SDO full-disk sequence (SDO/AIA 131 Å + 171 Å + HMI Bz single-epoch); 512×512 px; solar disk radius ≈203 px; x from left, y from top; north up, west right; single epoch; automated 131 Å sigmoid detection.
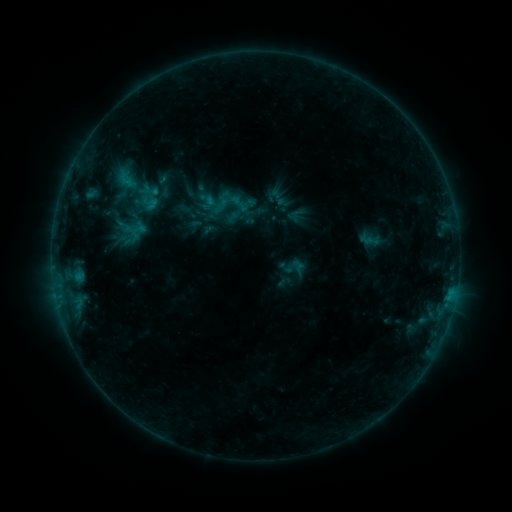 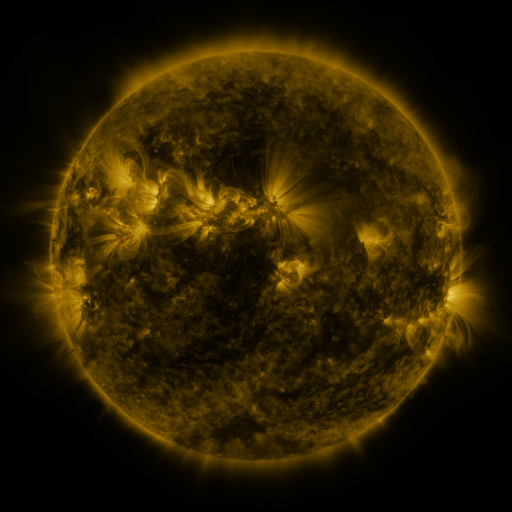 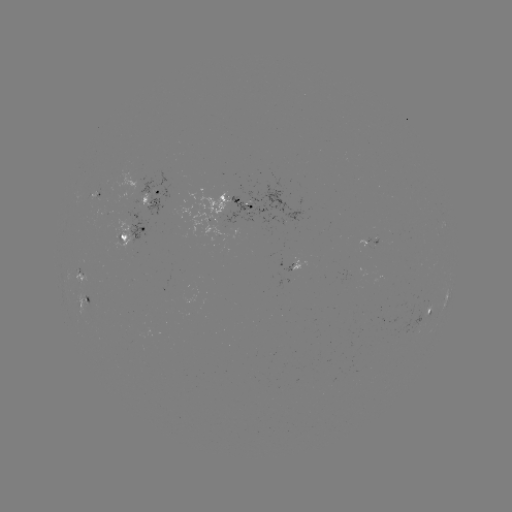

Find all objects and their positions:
sigmoid: [283, 257, 302, 275]
